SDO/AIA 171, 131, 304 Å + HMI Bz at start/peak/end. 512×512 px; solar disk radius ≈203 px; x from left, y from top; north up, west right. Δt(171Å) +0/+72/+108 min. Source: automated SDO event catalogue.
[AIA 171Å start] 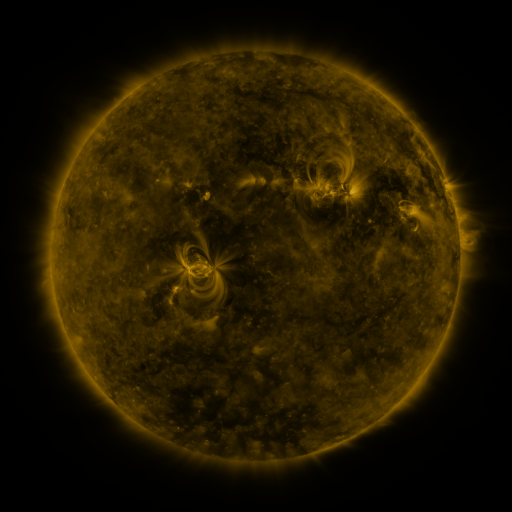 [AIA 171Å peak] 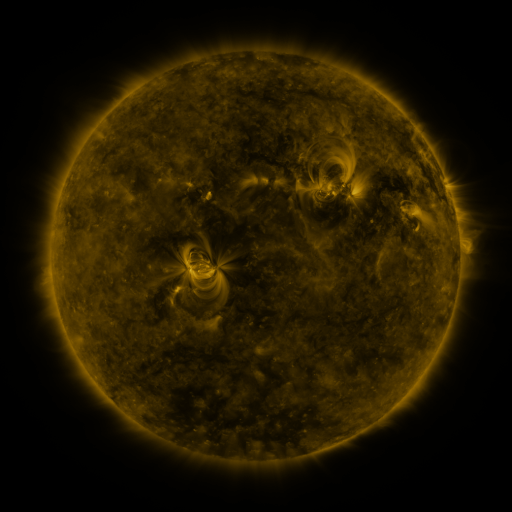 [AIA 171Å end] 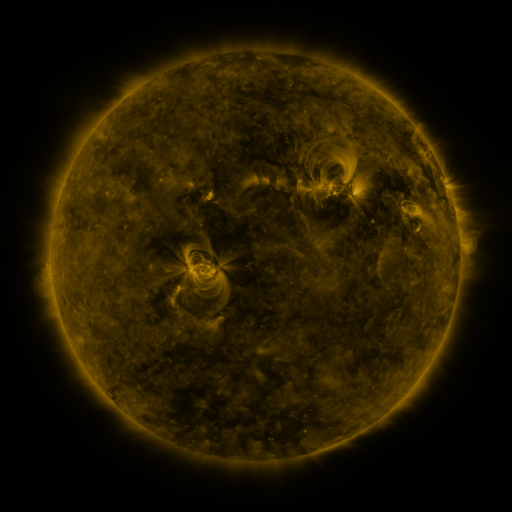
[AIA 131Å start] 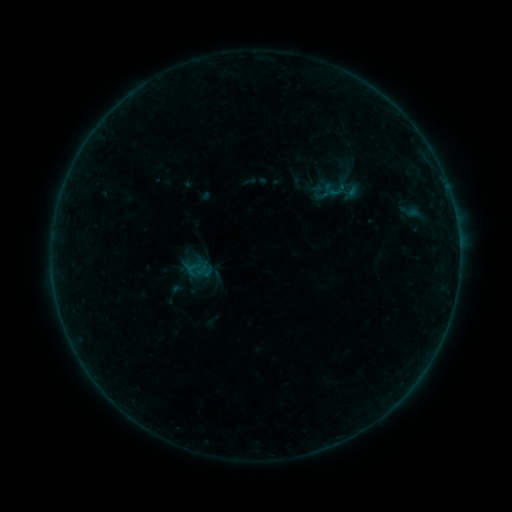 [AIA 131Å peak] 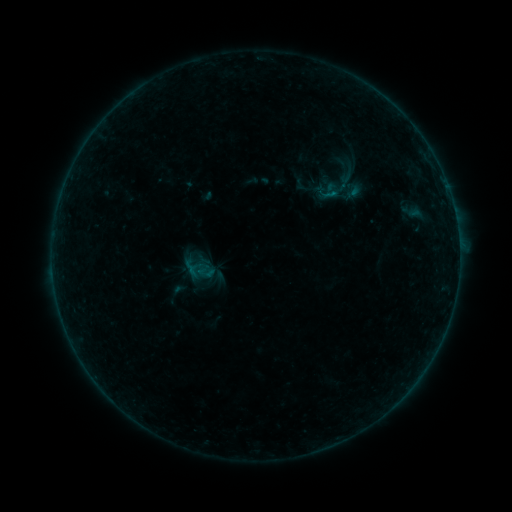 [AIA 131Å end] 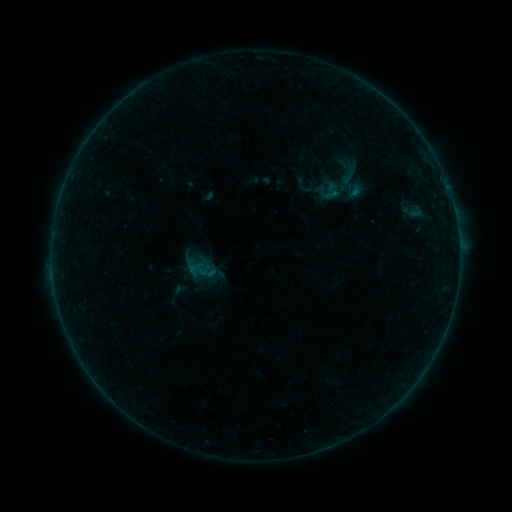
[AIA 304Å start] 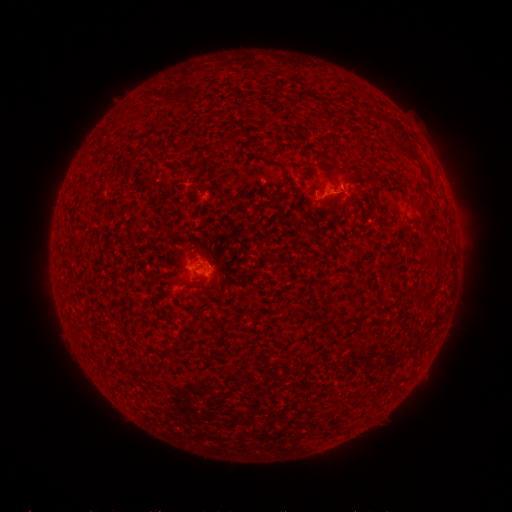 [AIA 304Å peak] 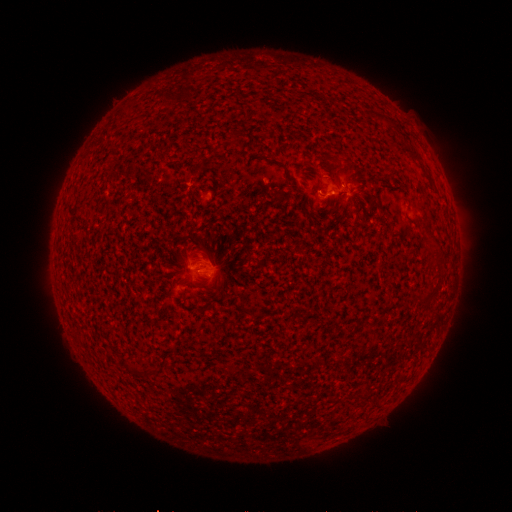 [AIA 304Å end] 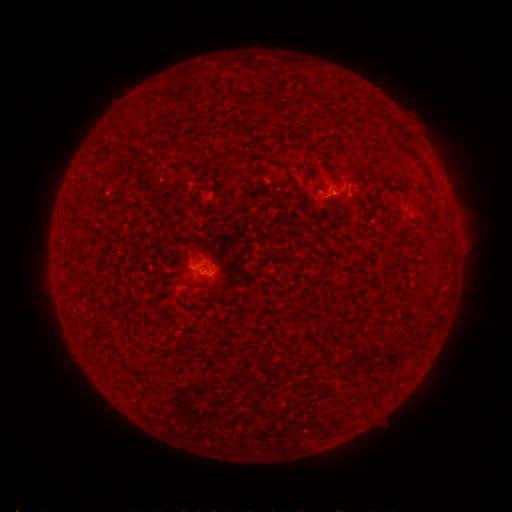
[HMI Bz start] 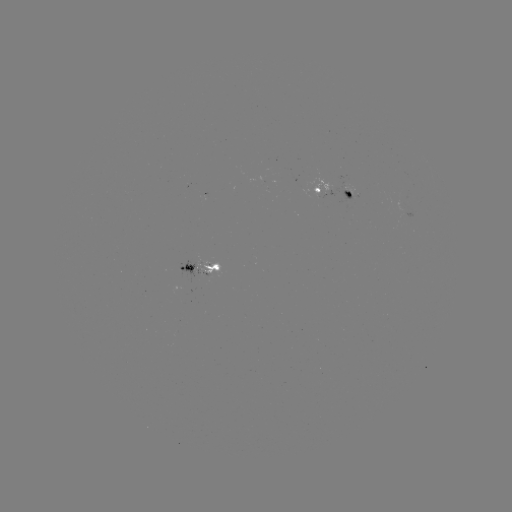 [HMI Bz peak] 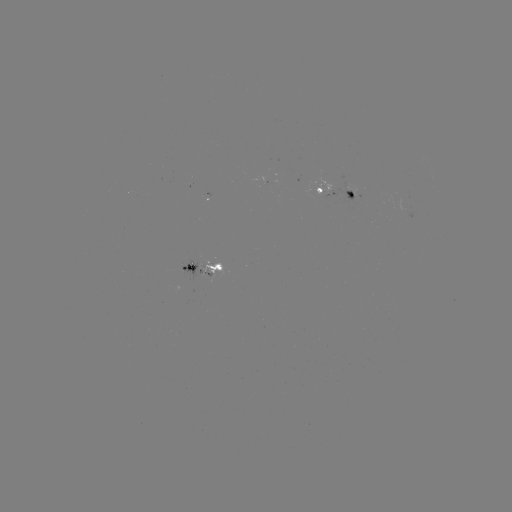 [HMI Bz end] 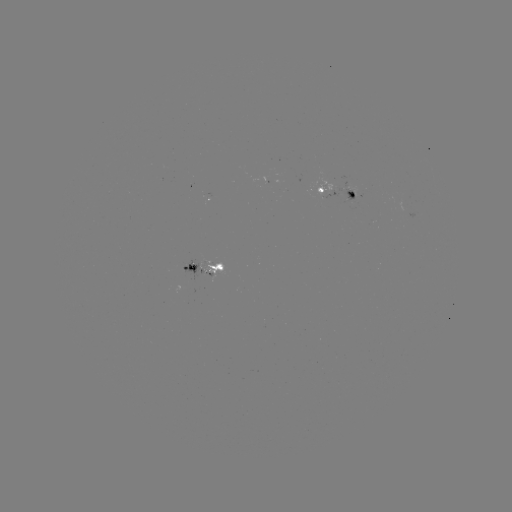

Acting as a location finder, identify emerging-flux region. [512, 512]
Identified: (272, 181).